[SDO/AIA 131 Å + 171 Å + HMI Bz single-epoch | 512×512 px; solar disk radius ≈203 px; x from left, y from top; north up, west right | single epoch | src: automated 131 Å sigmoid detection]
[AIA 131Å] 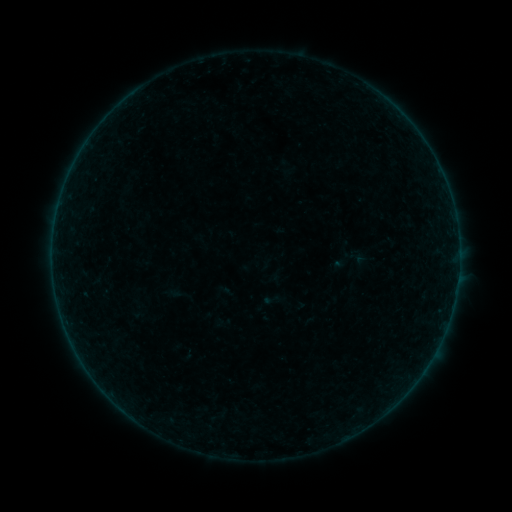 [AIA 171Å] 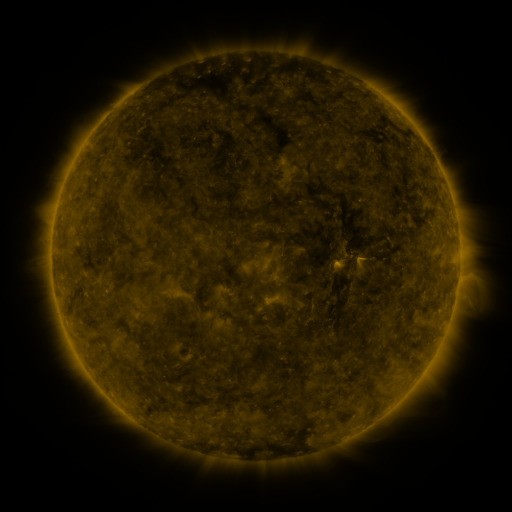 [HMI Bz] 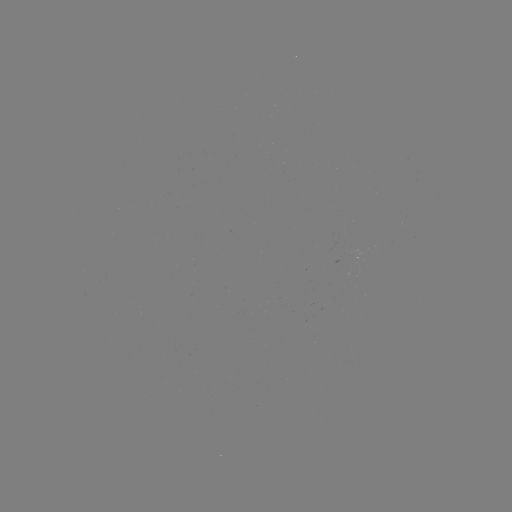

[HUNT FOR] sigmoid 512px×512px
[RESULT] (271, 300)